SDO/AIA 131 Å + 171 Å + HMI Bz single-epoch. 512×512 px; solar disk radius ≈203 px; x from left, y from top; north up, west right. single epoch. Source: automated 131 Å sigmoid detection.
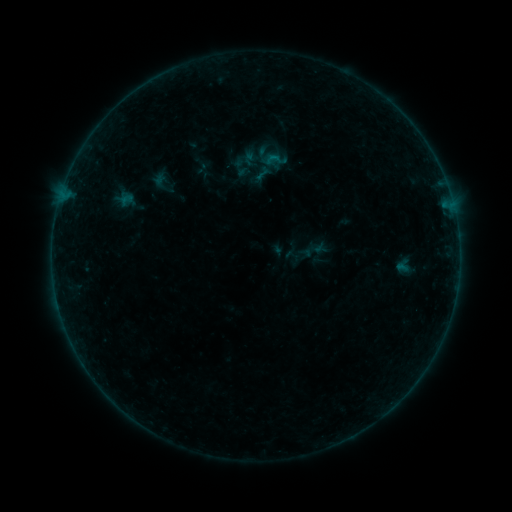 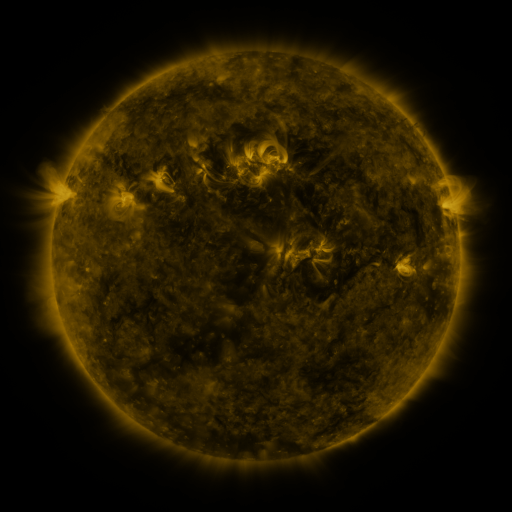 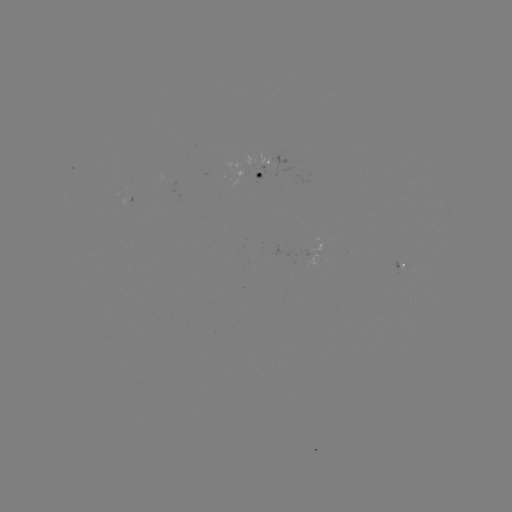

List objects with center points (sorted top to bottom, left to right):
sigmoid: (276, 160)
